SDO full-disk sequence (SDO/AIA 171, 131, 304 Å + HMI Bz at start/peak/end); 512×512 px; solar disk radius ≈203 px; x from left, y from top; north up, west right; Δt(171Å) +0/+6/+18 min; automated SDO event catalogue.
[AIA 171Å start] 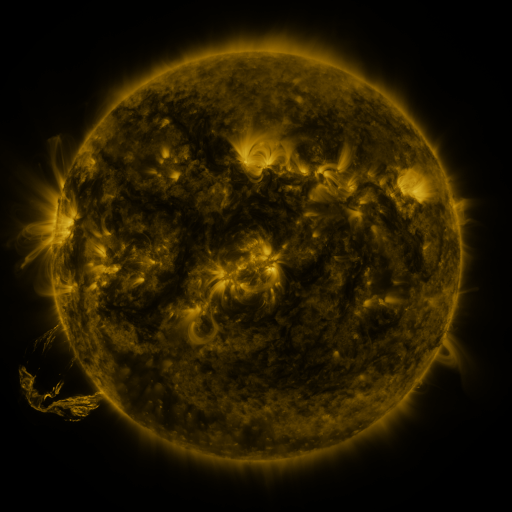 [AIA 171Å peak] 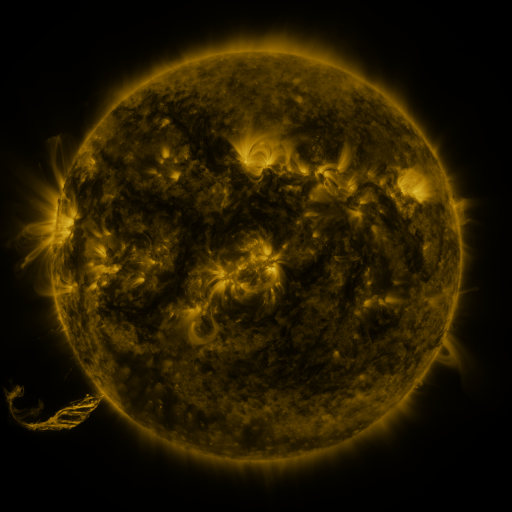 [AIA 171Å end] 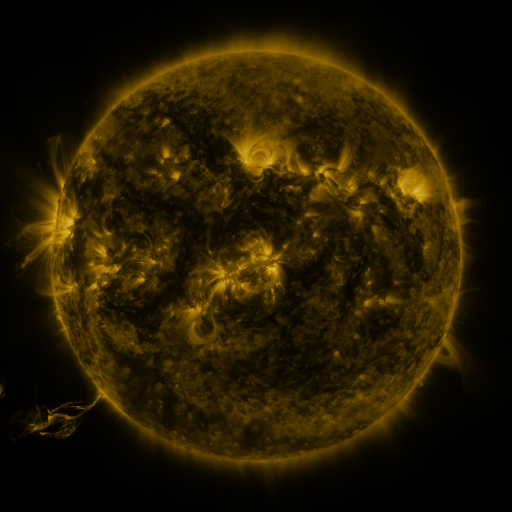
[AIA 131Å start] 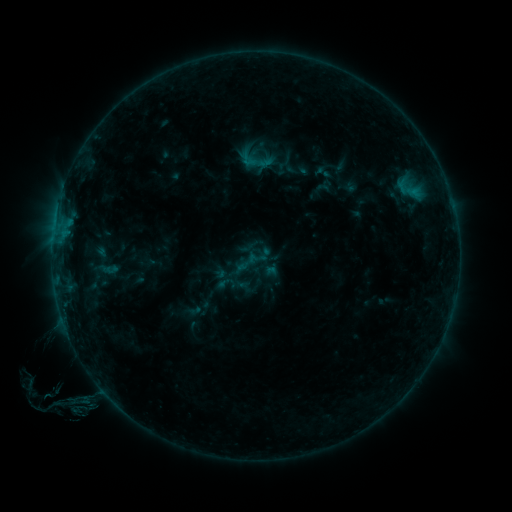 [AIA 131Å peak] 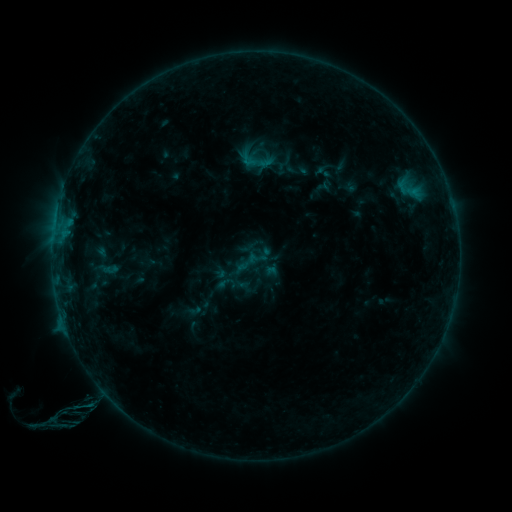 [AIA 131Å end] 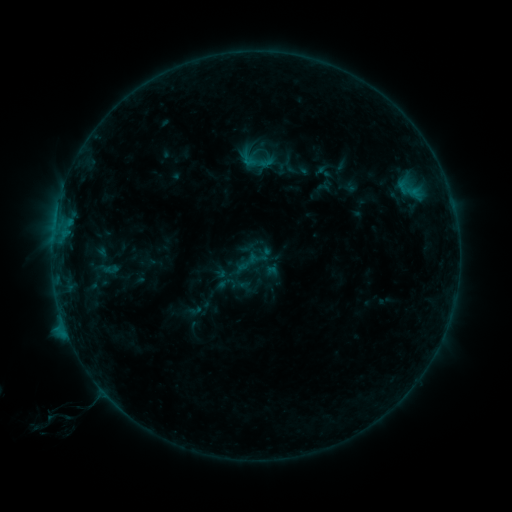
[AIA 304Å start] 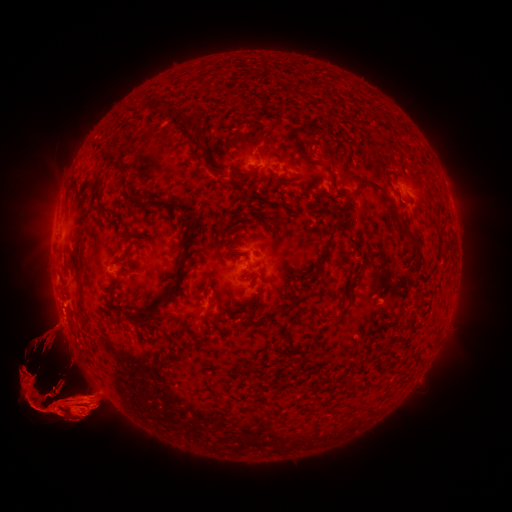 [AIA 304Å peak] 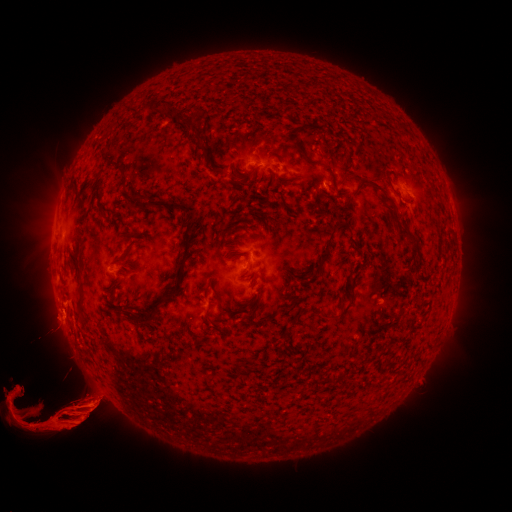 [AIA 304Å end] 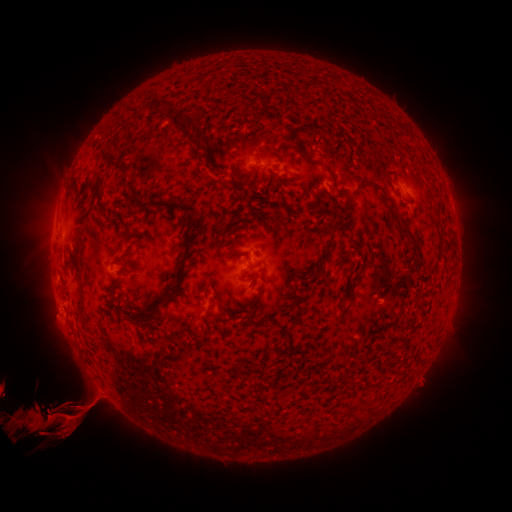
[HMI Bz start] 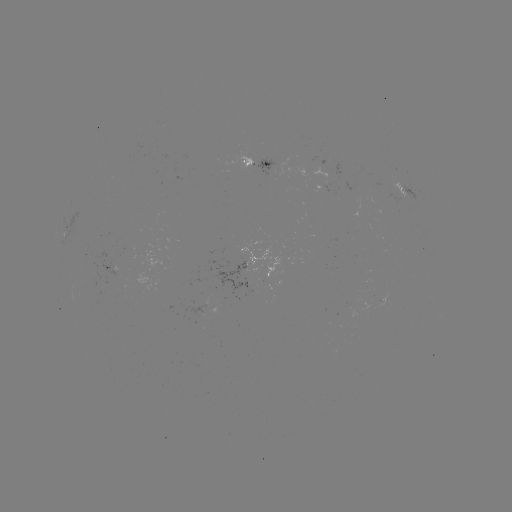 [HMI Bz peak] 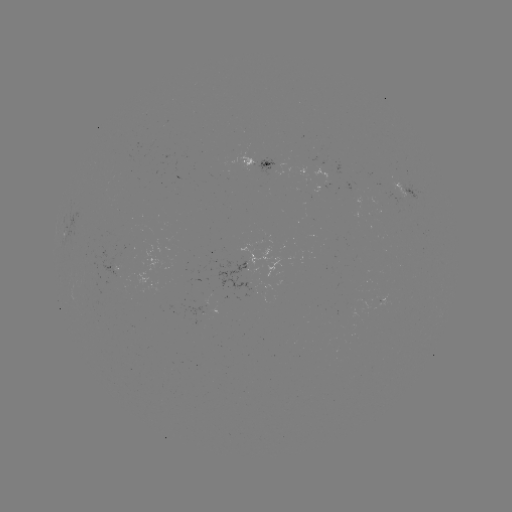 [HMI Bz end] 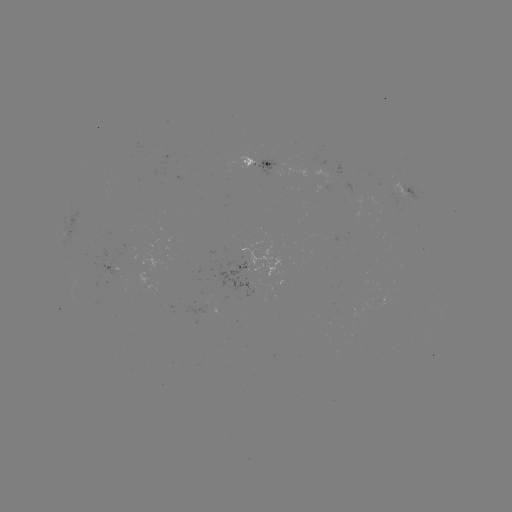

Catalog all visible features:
eruption: (157, 404)
